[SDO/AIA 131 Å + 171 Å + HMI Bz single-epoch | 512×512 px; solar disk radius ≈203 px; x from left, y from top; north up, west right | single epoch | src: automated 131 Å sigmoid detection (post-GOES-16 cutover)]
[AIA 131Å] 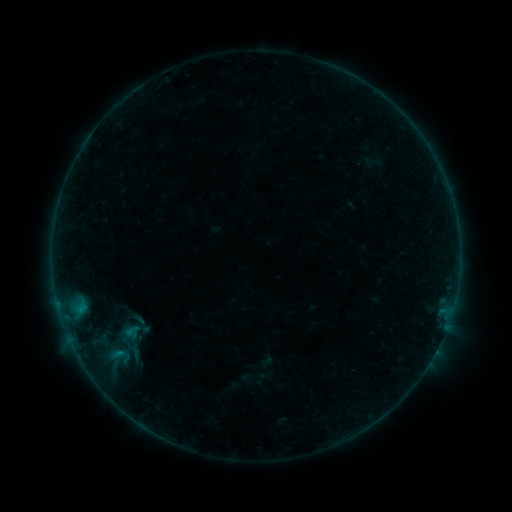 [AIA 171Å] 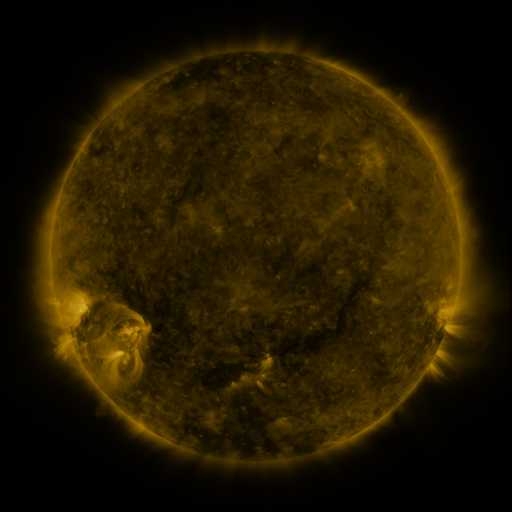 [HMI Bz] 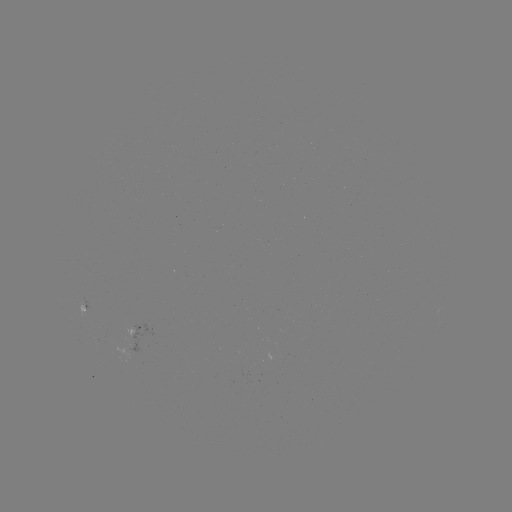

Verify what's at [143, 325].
sigmoid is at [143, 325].